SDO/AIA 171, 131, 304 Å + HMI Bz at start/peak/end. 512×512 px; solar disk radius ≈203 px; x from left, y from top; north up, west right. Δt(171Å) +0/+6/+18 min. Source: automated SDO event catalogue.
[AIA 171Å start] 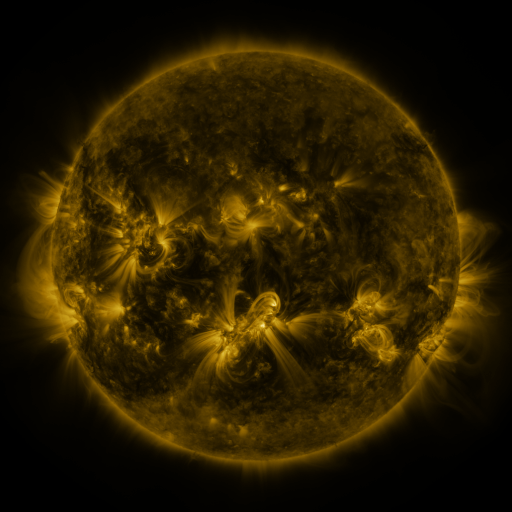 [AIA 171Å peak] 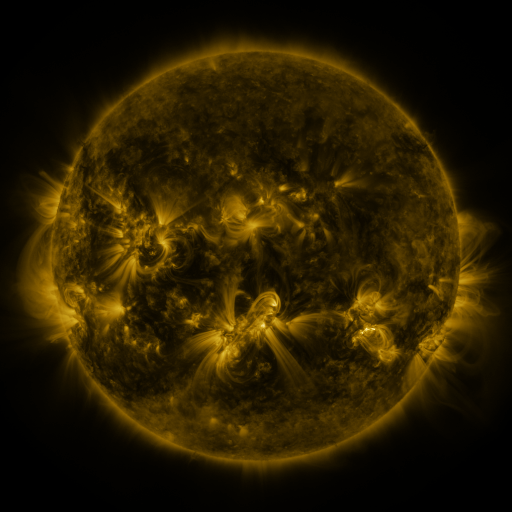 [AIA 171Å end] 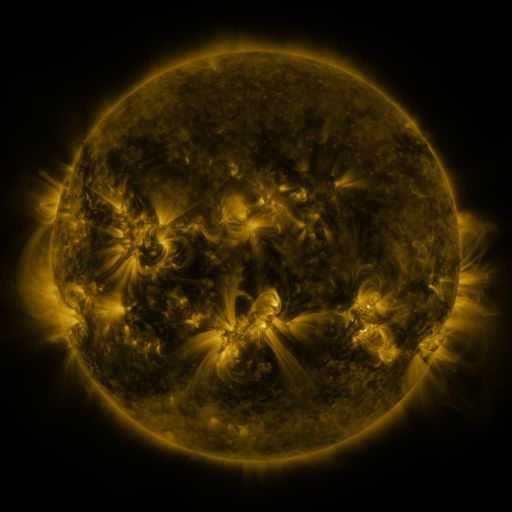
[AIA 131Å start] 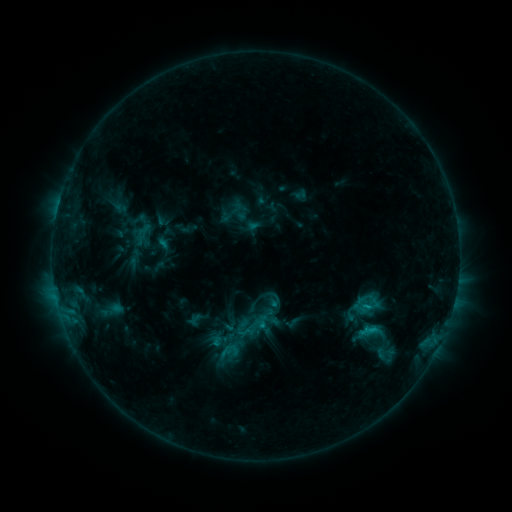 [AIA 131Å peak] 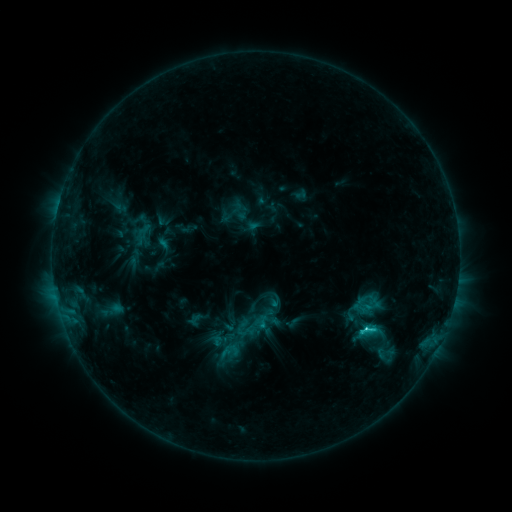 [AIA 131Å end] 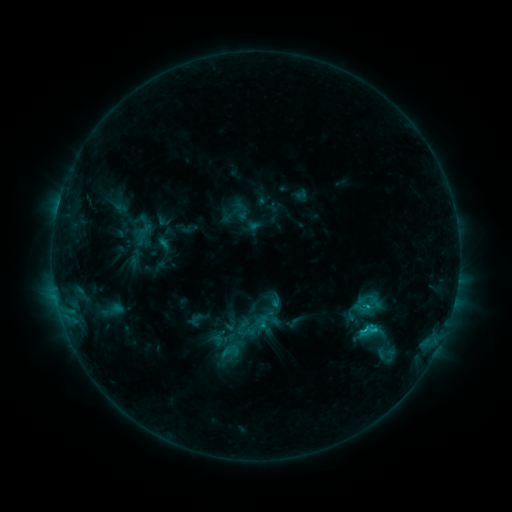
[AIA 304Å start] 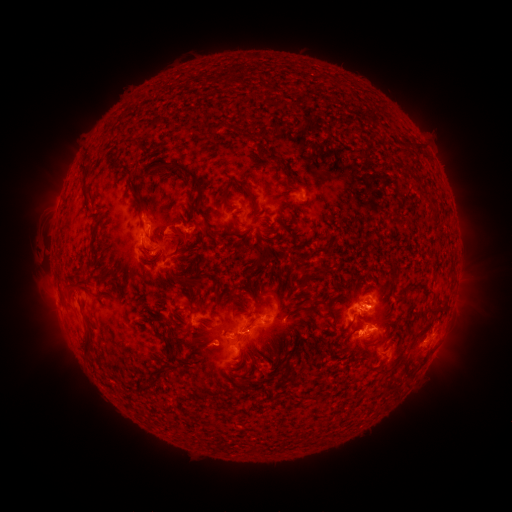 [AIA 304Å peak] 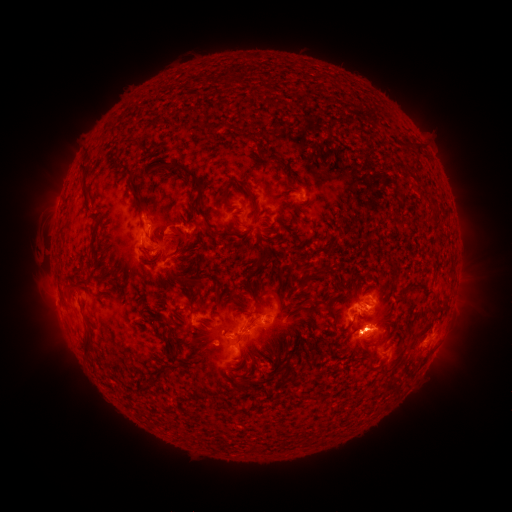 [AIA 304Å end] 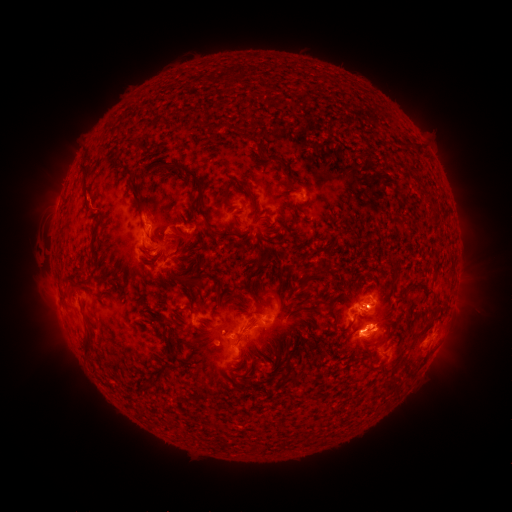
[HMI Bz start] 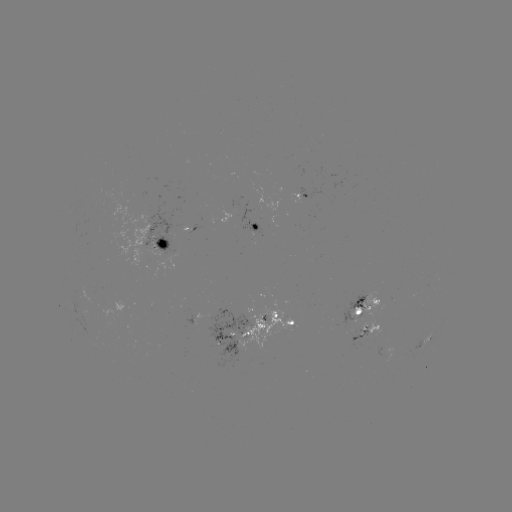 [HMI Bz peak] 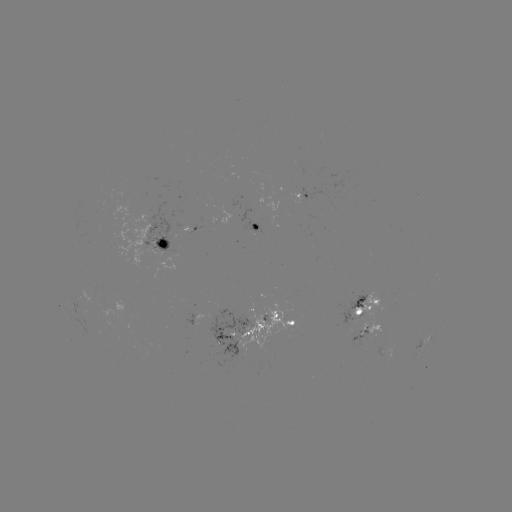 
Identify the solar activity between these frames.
C2.5 flare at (363, 329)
